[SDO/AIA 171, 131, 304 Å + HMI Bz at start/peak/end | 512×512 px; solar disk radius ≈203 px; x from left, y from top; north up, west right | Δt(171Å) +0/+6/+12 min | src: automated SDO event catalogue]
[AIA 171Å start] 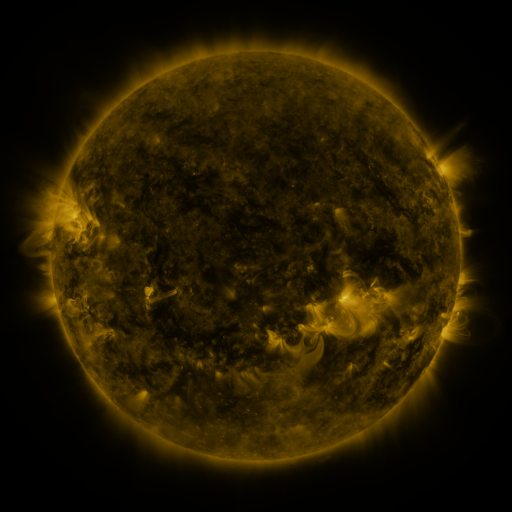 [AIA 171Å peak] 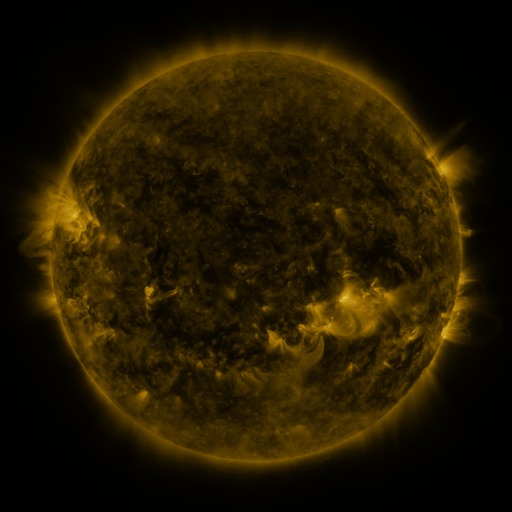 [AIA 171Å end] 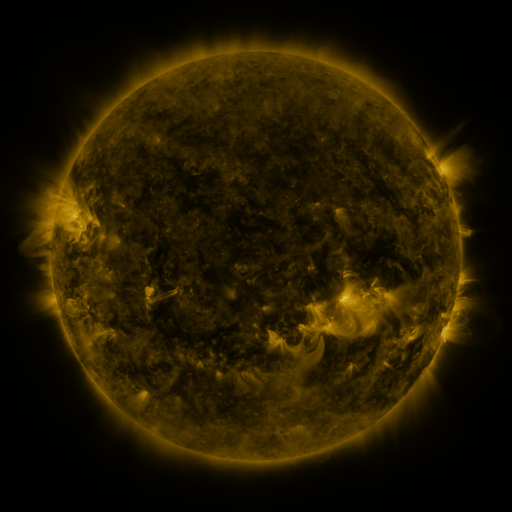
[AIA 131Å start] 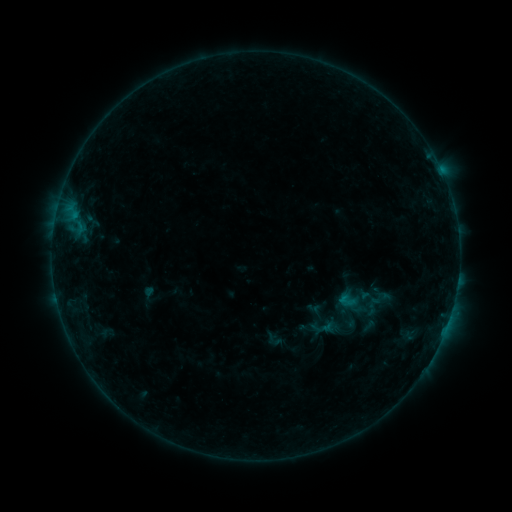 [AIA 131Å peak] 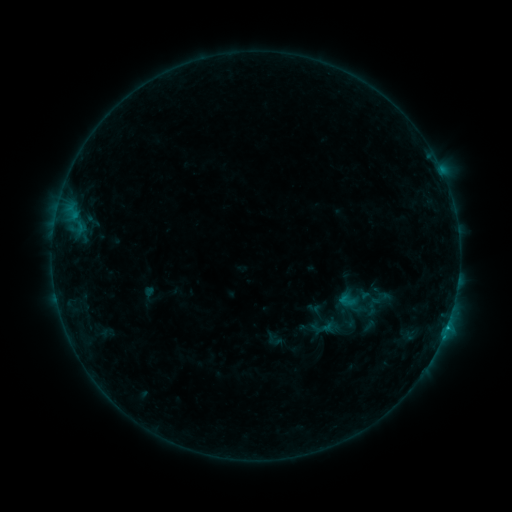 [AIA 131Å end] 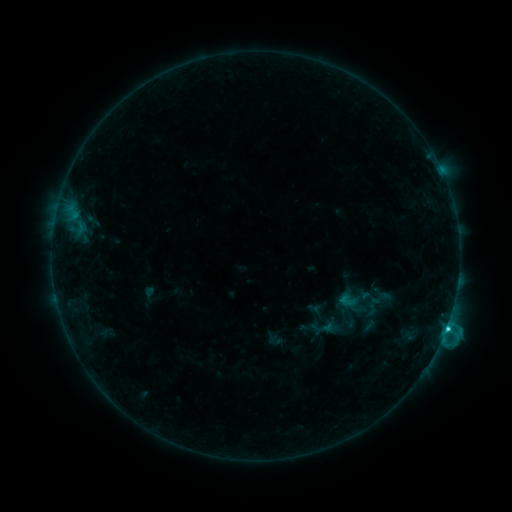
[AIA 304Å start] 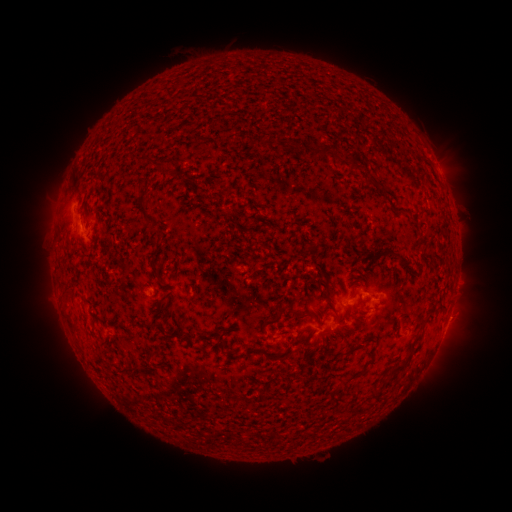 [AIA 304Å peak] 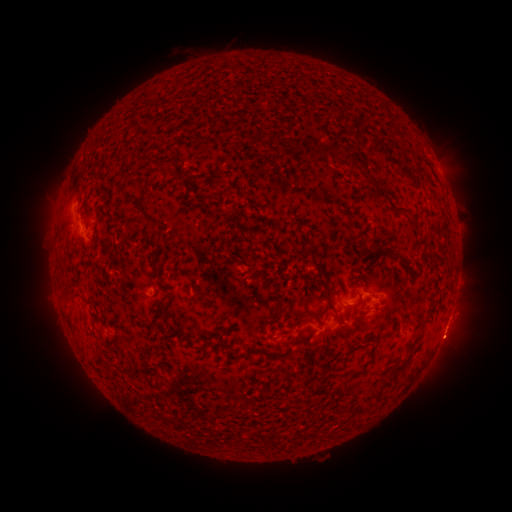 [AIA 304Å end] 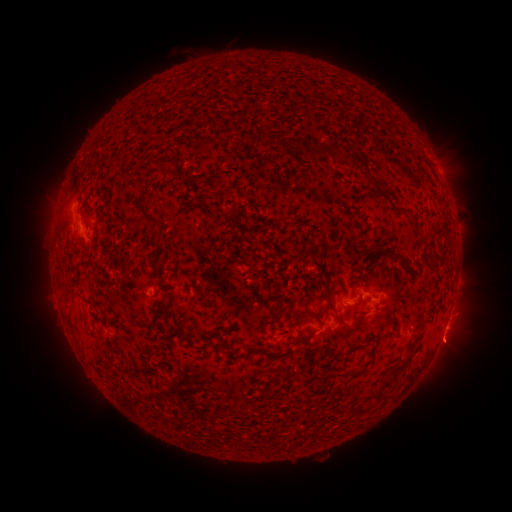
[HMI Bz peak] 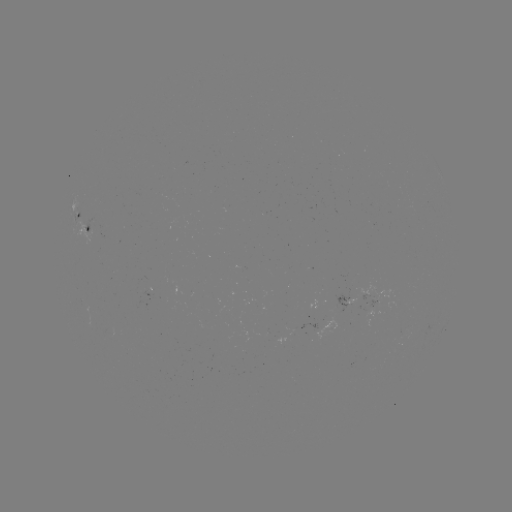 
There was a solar eruption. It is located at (450, 345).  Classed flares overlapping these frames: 1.